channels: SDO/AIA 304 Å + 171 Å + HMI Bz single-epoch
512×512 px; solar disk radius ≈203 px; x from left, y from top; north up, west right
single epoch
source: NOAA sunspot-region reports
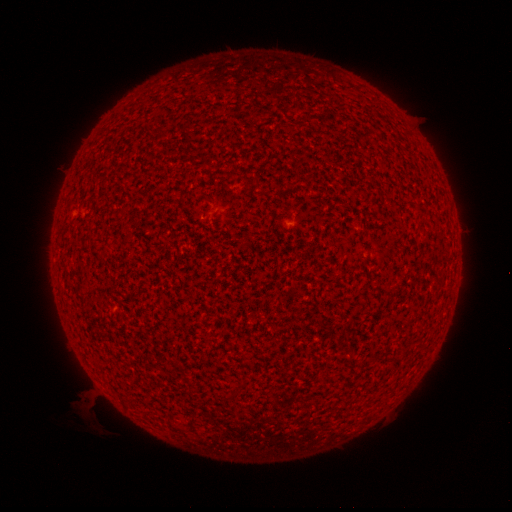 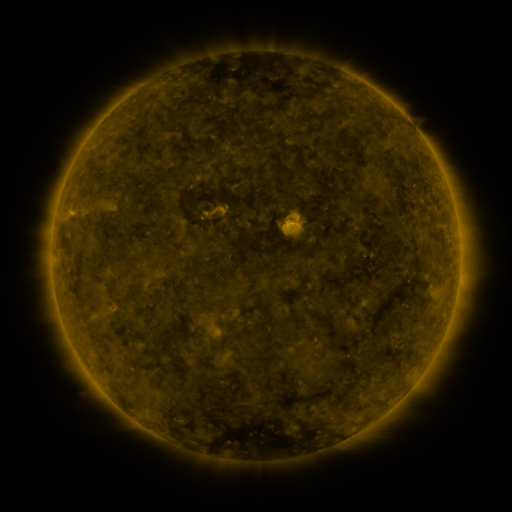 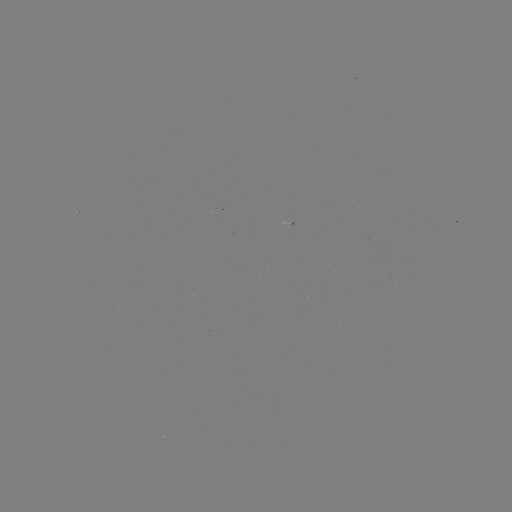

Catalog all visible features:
(none)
